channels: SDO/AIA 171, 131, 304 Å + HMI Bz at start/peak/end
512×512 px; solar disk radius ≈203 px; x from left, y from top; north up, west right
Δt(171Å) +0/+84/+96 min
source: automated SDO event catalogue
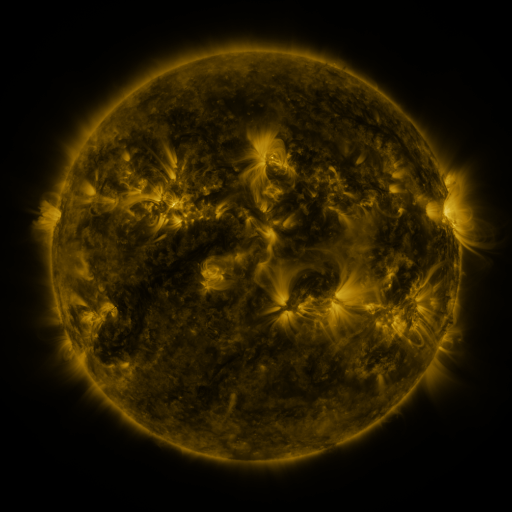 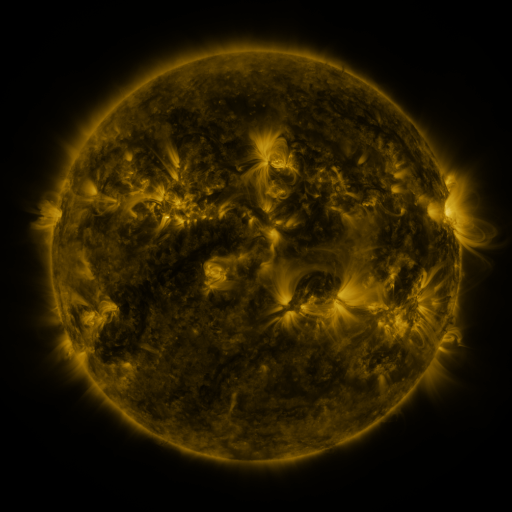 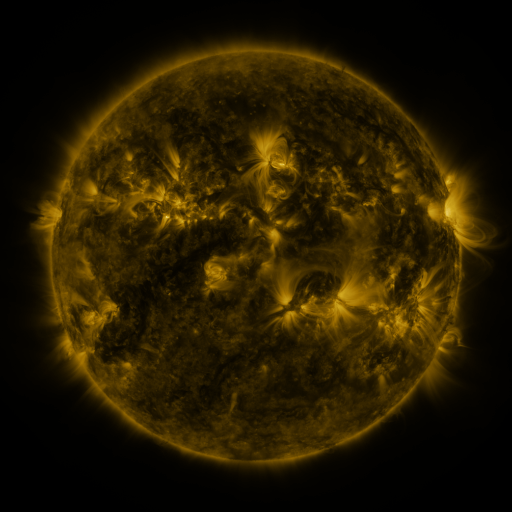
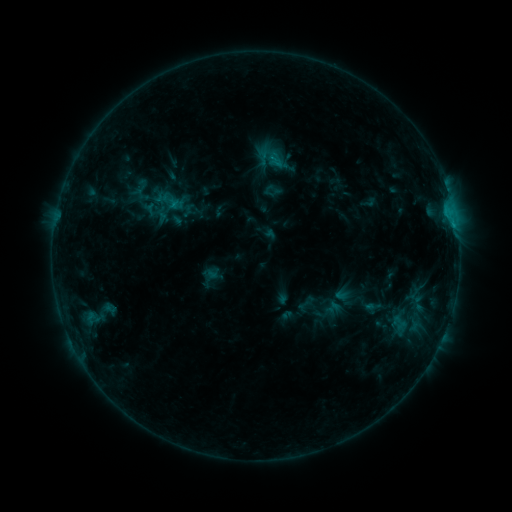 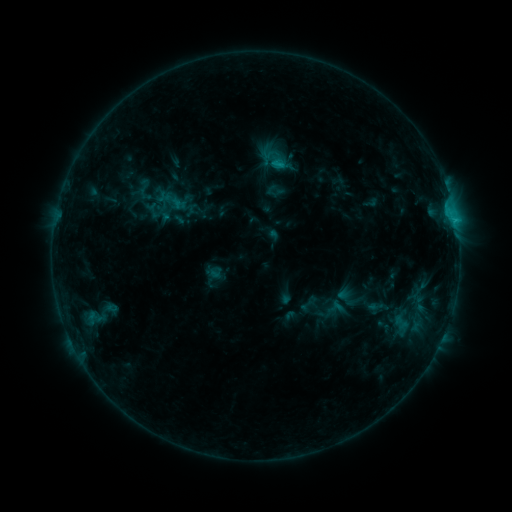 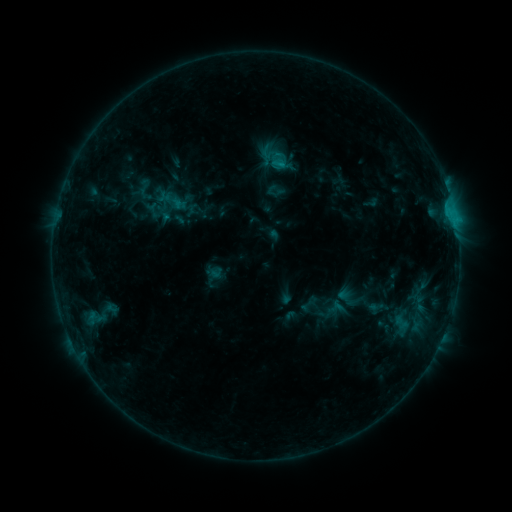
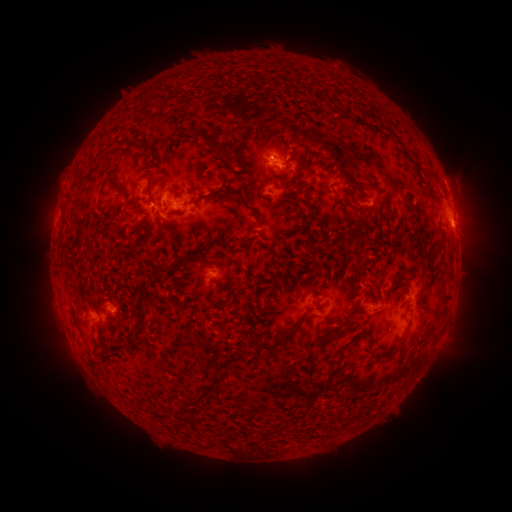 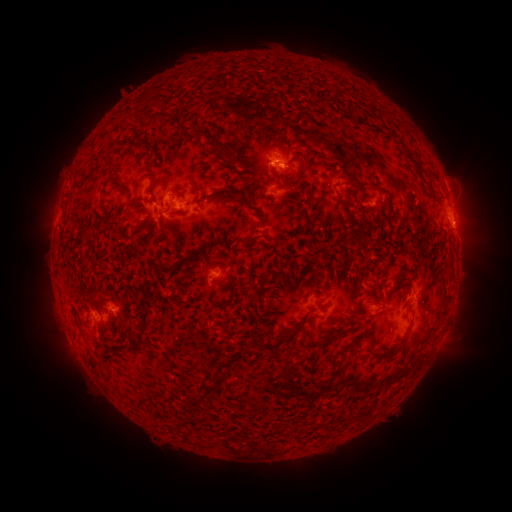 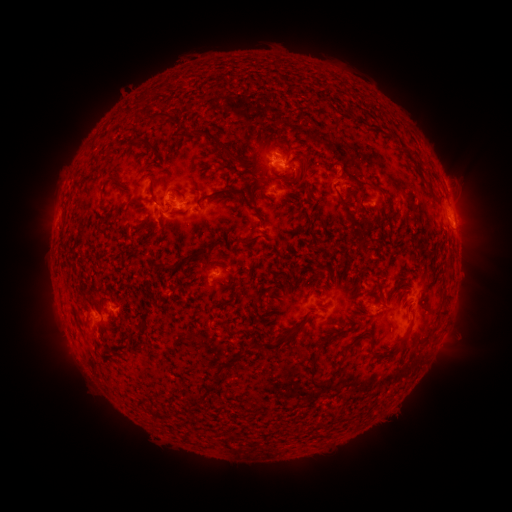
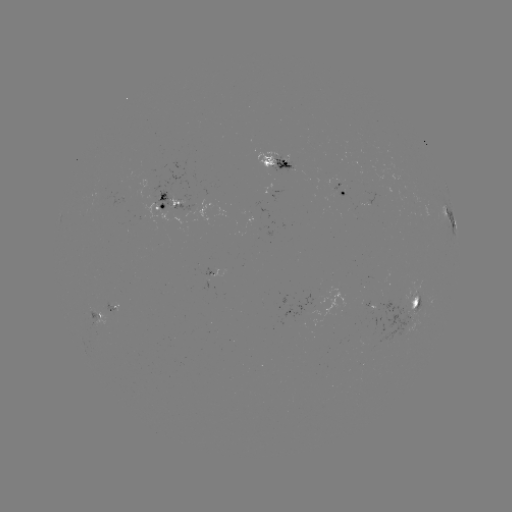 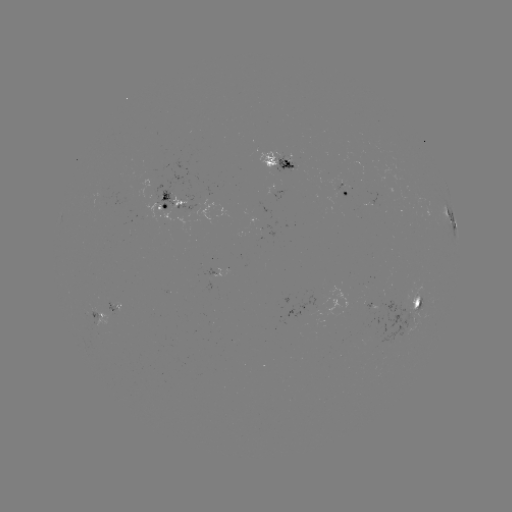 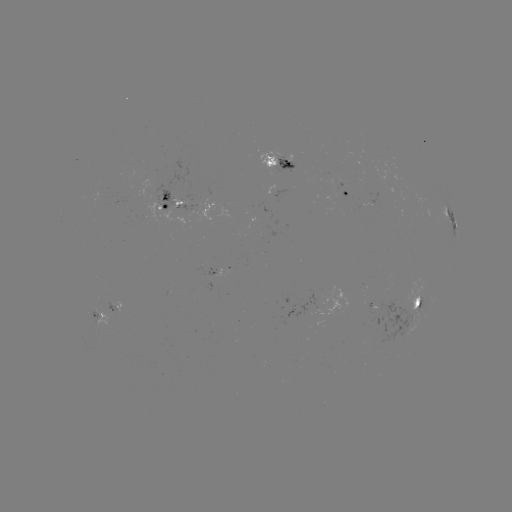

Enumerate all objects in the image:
emerging-flux region: (218, 271)
